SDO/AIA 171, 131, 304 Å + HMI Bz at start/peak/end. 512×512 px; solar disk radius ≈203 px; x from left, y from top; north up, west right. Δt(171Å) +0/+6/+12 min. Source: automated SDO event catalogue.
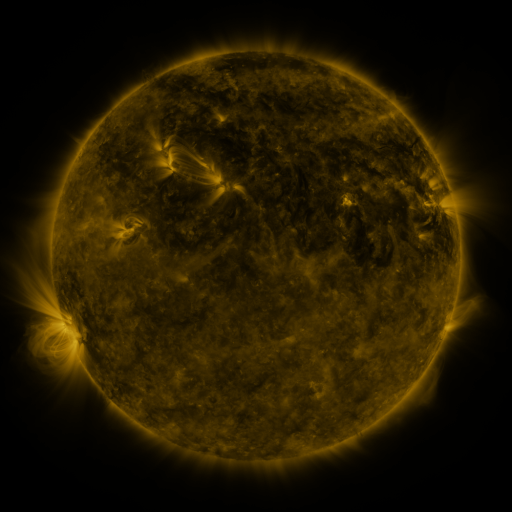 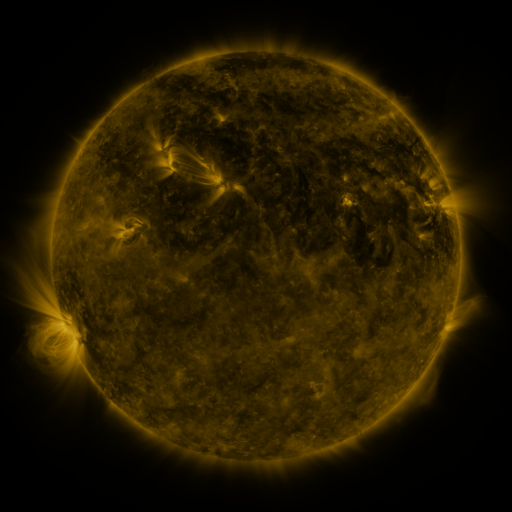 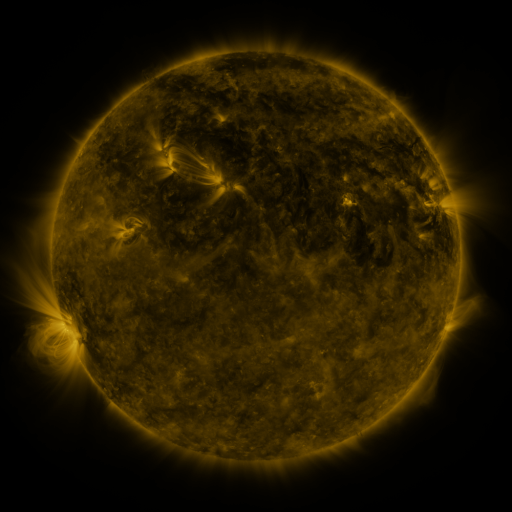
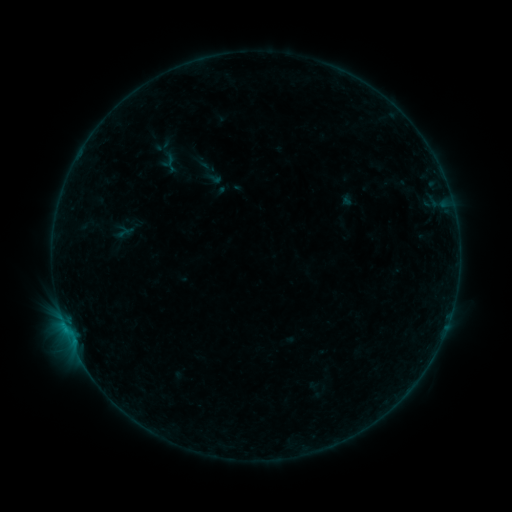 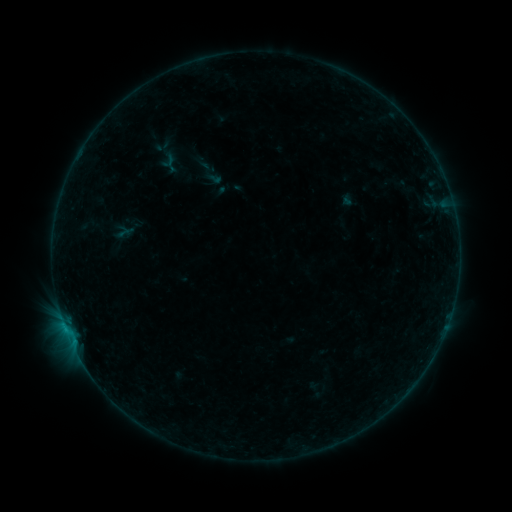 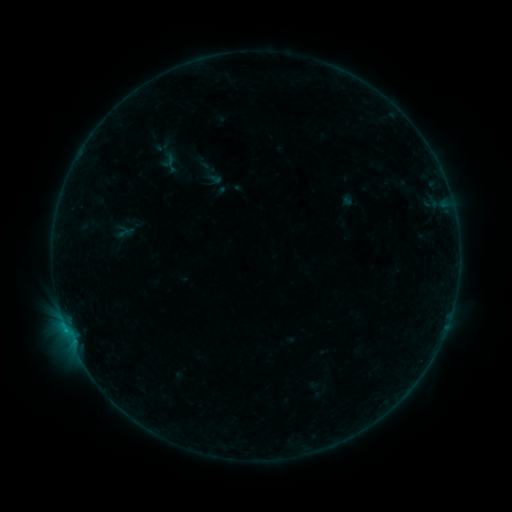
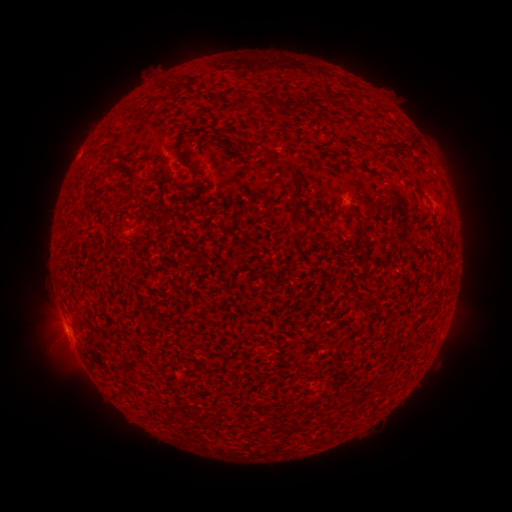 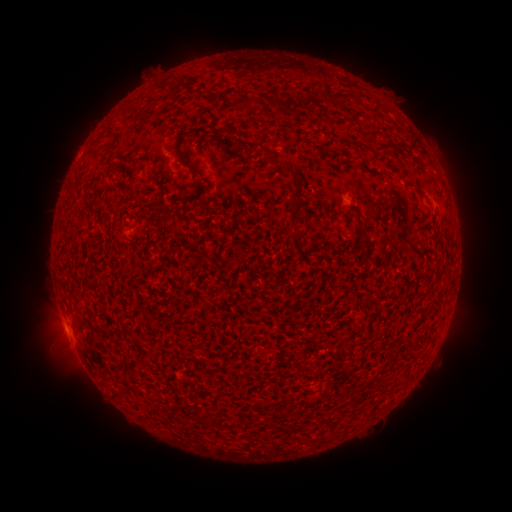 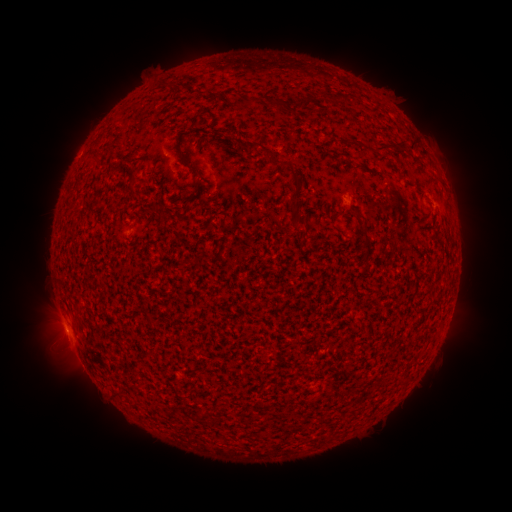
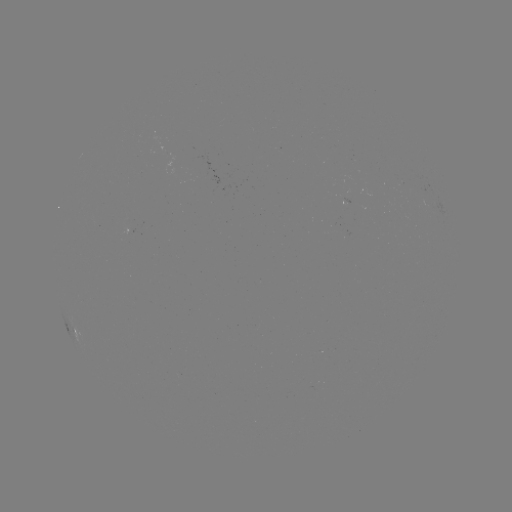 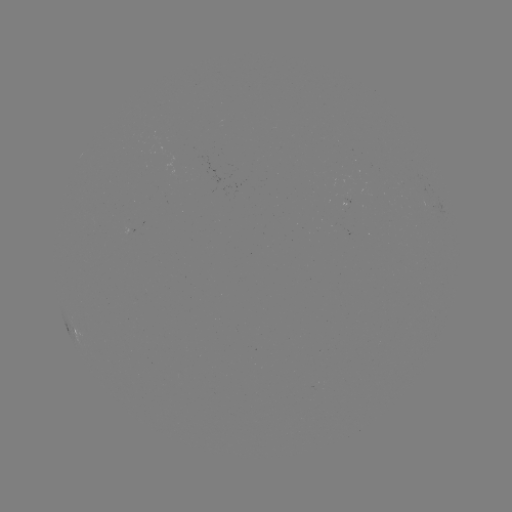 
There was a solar flare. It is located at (66, 329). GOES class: B2.1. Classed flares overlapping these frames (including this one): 1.